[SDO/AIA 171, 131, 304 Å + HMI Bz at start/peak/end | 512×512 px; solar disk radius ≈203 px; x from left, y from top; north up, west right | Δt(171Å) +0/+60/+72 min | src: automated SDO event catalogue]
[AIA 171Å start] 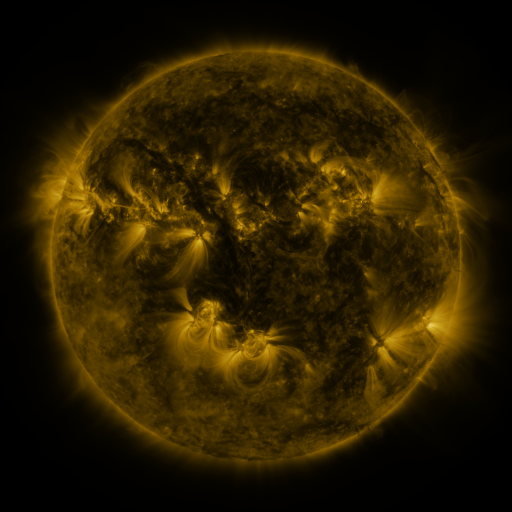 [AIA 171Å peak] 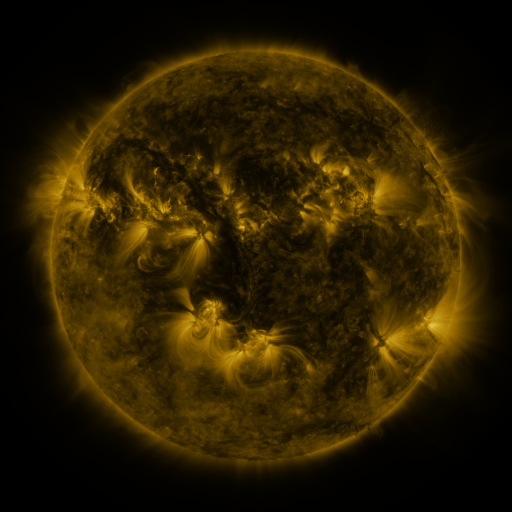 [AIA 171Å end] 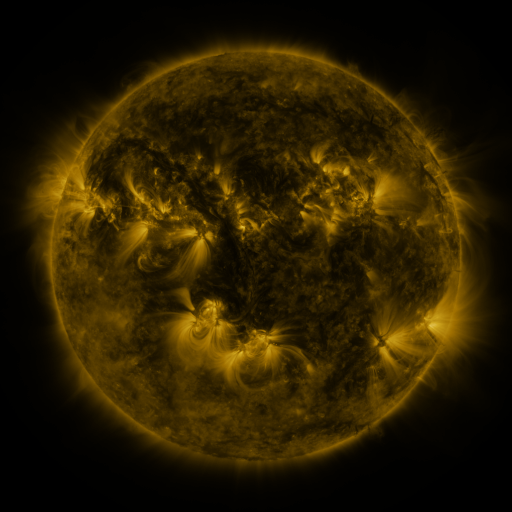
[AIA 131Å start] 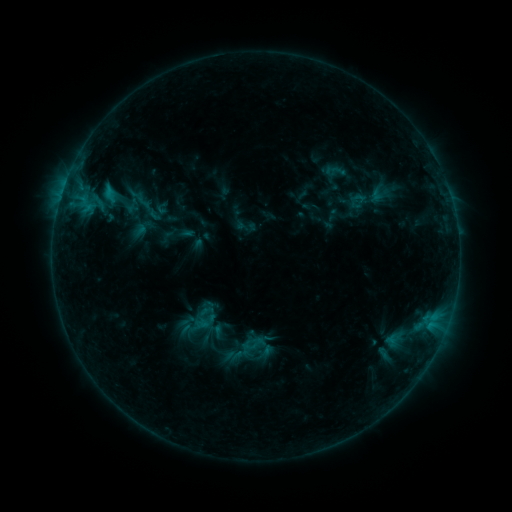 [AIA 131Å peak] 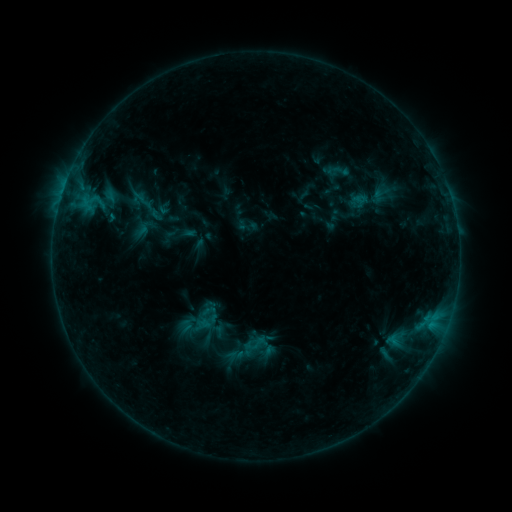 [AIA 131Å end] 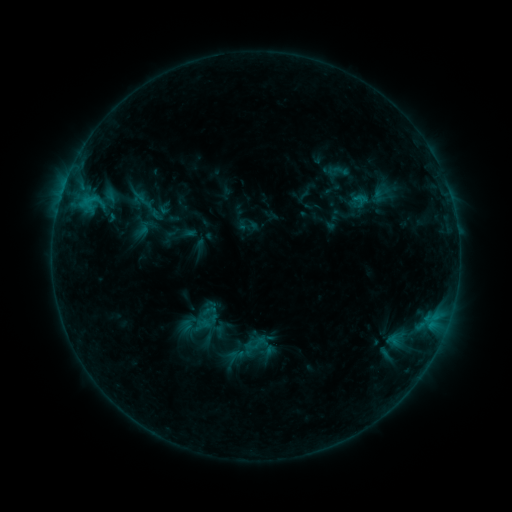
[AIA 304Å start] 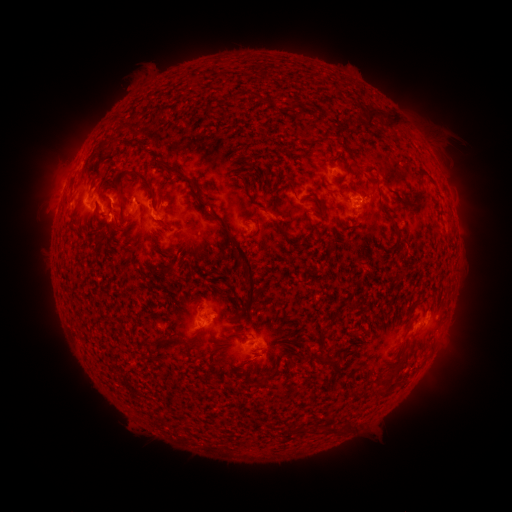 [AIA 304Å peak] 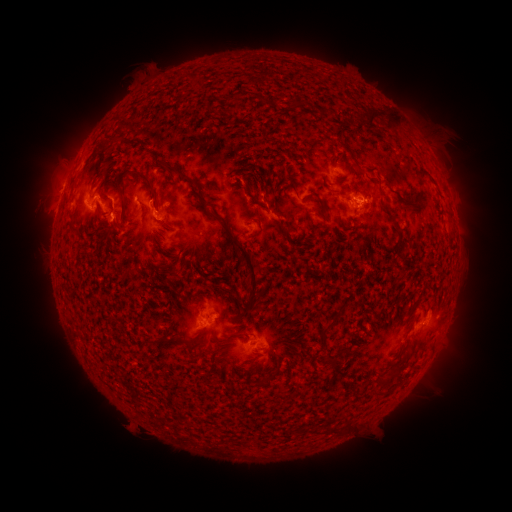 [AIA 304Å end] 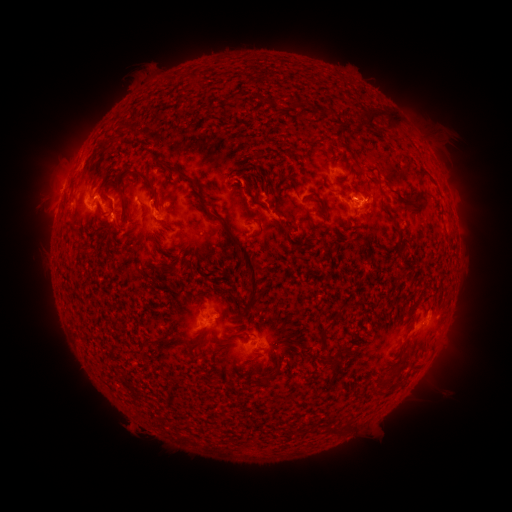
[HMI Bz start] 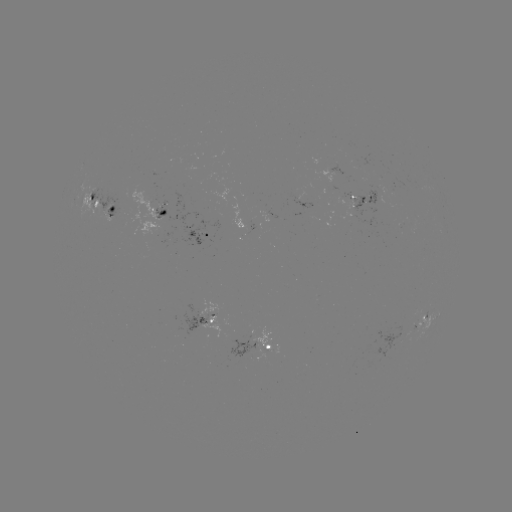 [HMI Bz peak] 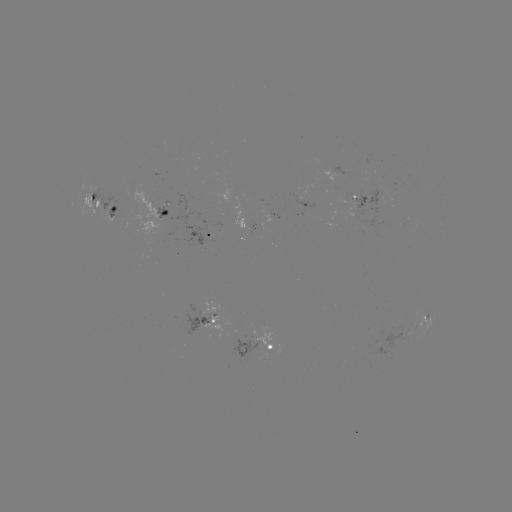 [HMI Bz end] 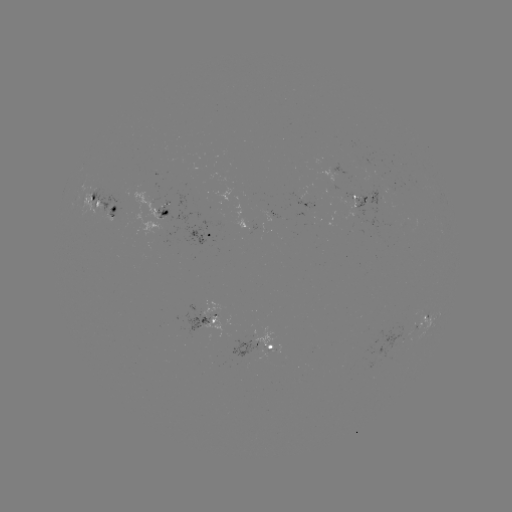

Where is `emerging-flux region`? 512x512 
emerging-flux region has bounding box [347, 157, 363, 163].